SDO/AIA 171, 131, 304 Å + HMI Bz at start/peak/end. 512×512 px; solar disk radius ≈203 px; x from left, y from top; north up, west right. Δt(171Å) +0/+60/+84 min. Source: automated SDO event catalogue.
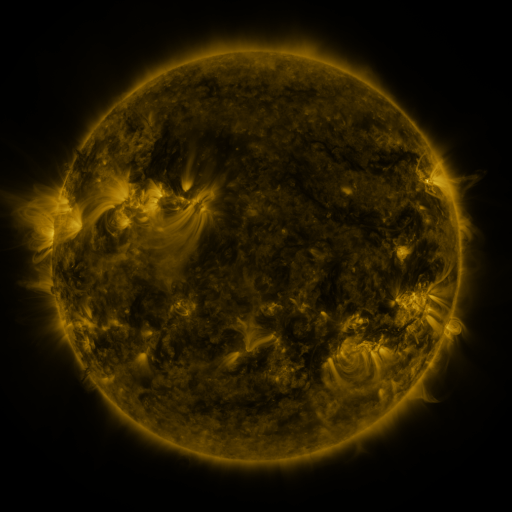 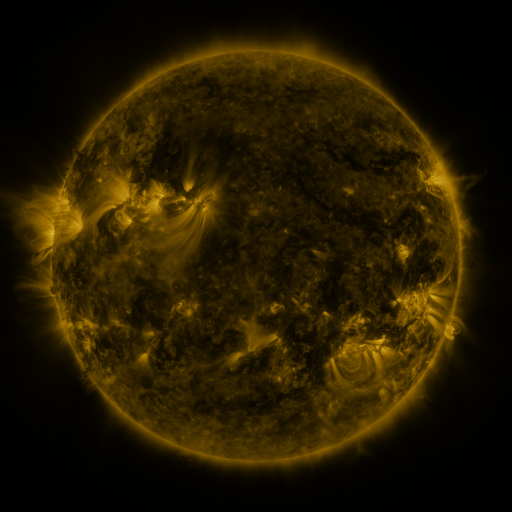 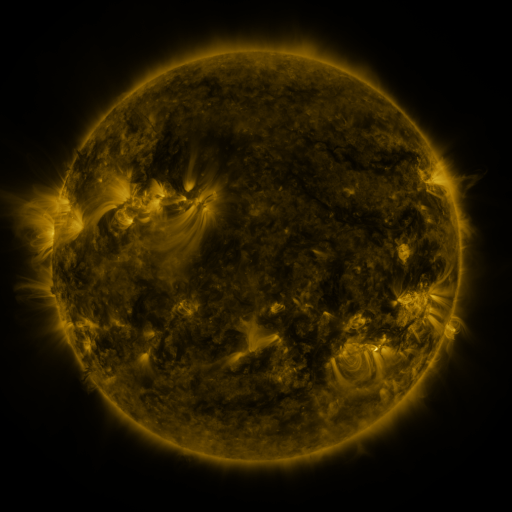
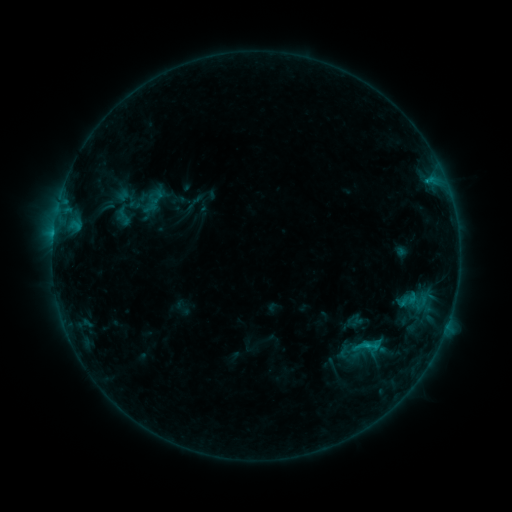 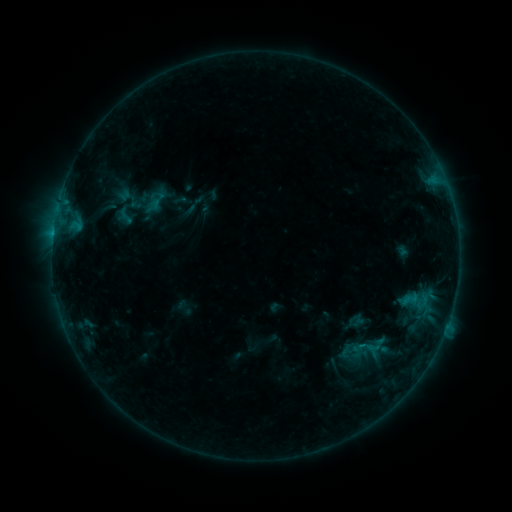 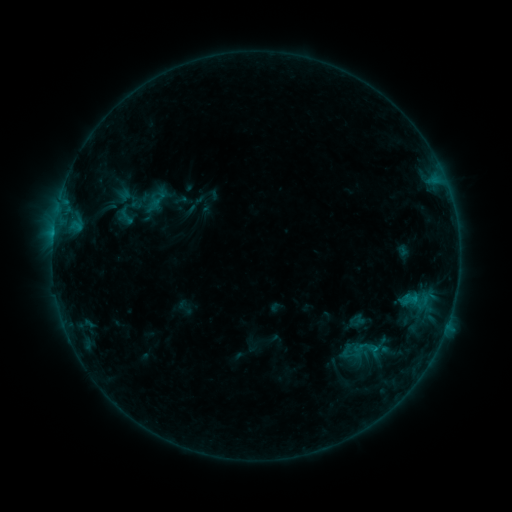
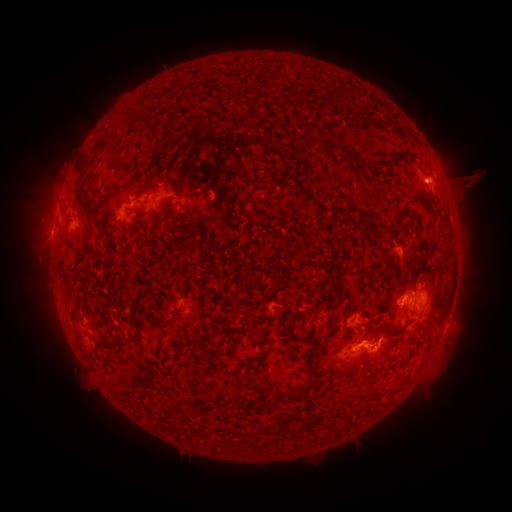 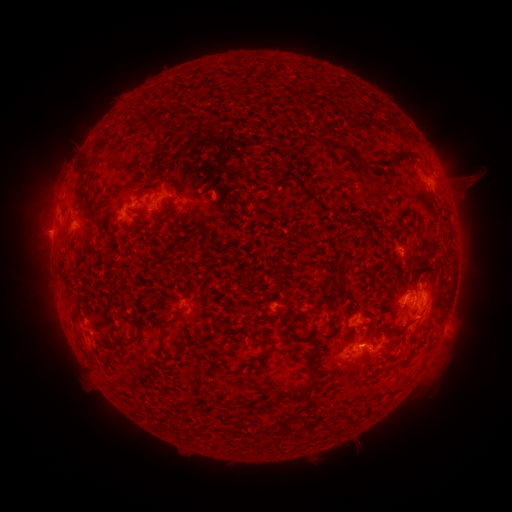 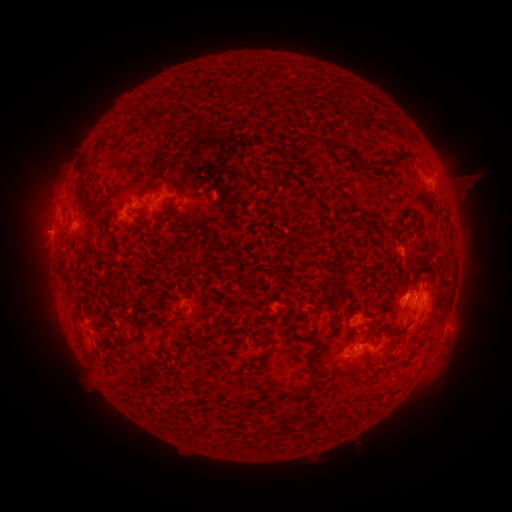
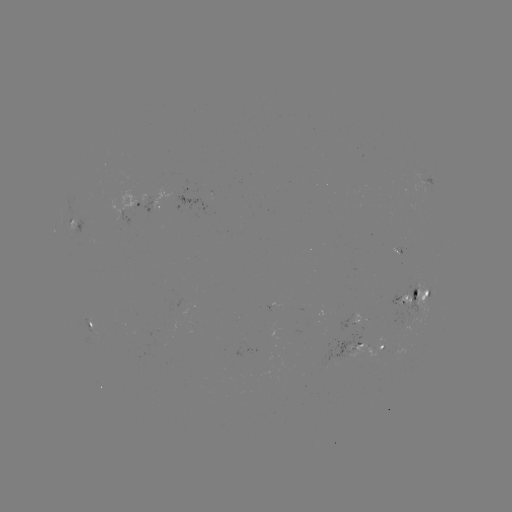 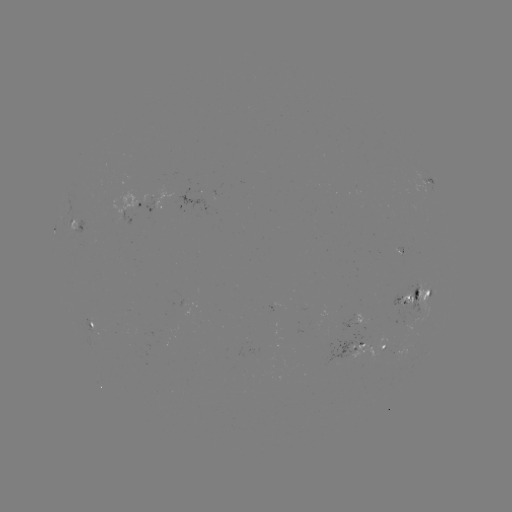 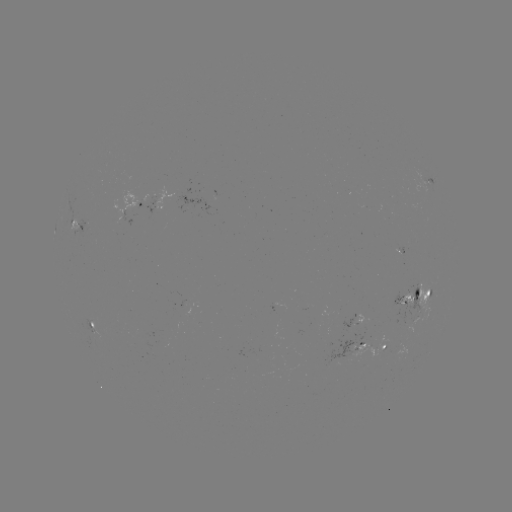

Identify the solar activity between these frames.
emerging-flux region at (123, 218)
